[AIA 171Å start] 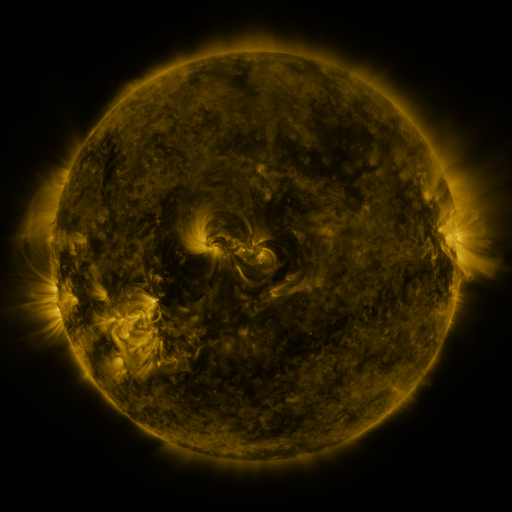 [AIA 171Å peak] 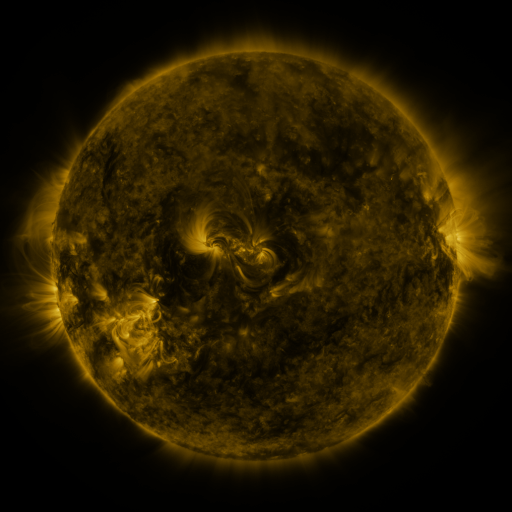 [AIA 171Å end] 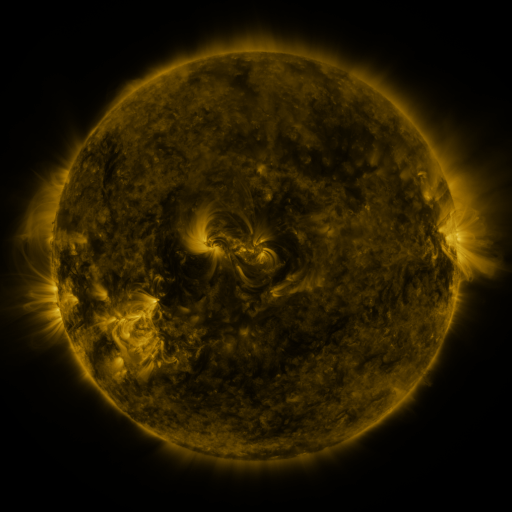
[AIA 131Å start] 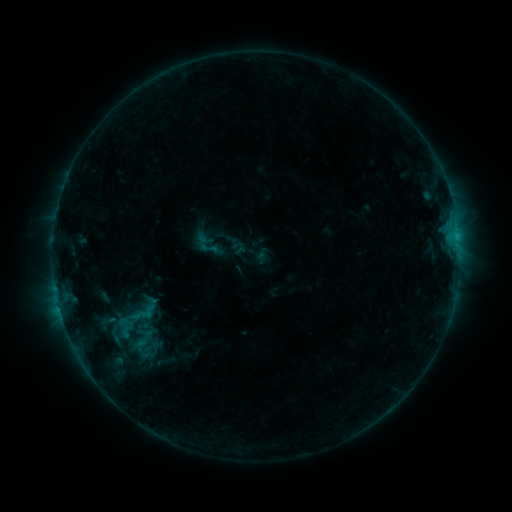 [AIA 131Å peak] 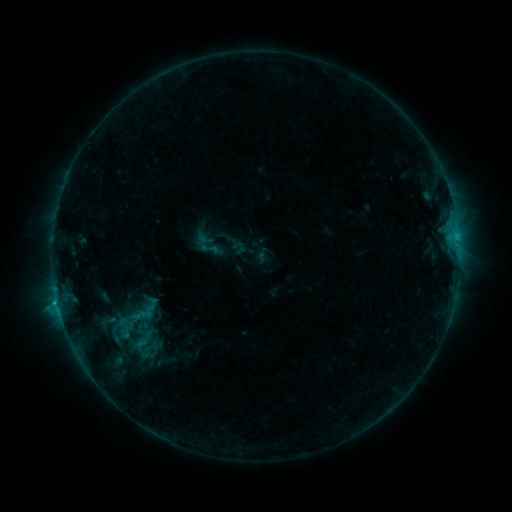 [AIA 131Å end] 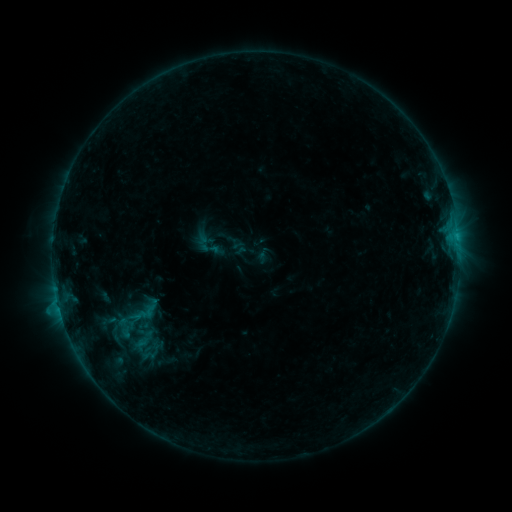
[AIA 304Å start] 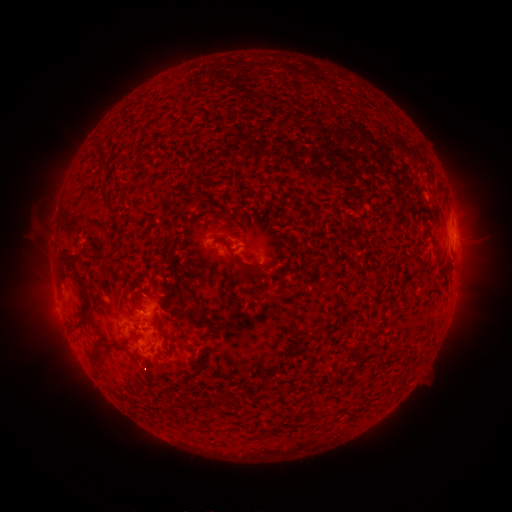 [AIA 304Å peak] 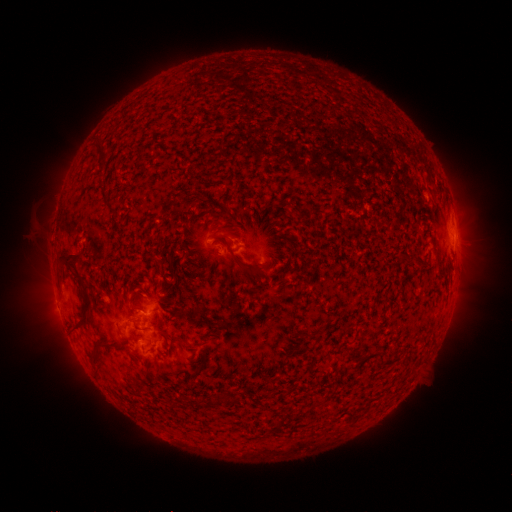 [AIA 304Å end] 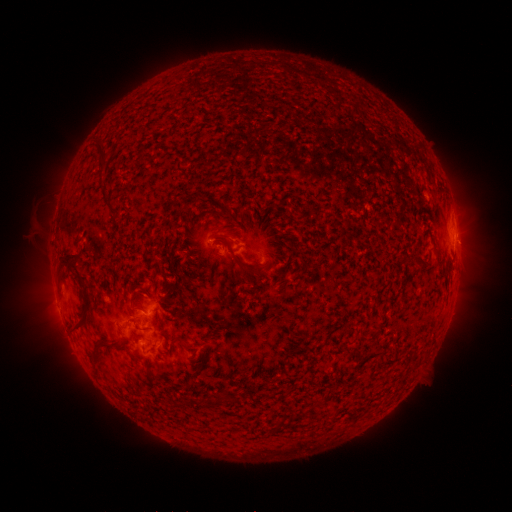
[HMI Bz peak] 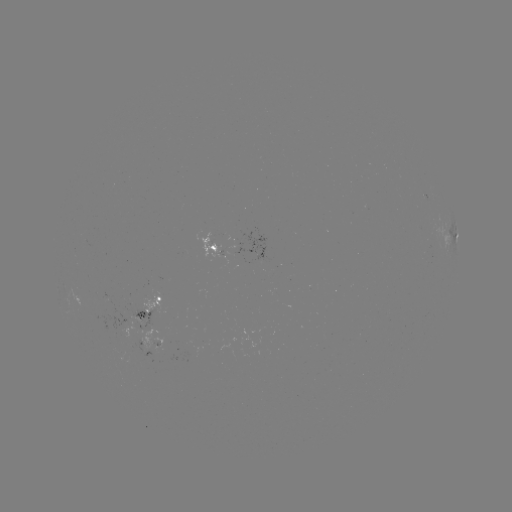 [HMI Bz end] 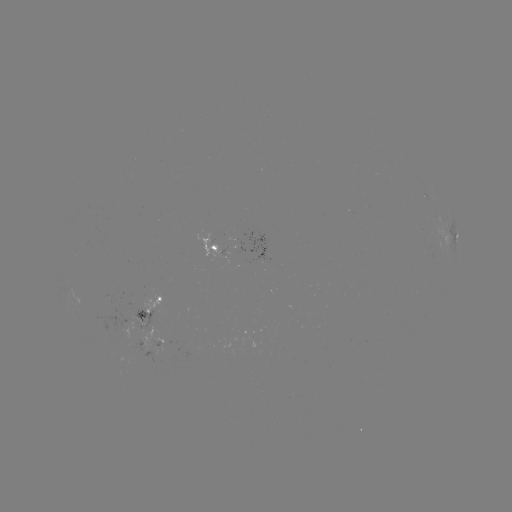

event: flare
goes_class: B6.8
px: (456, 240)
